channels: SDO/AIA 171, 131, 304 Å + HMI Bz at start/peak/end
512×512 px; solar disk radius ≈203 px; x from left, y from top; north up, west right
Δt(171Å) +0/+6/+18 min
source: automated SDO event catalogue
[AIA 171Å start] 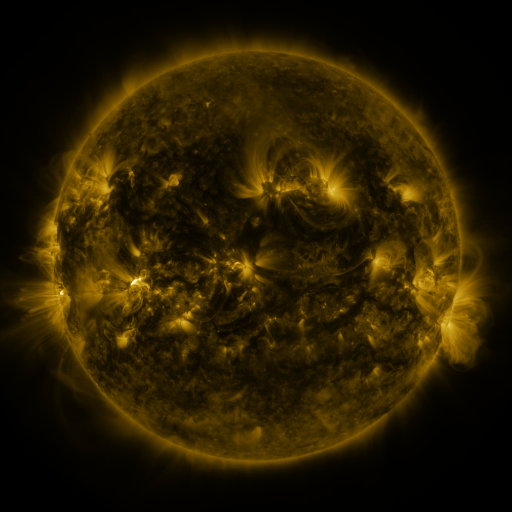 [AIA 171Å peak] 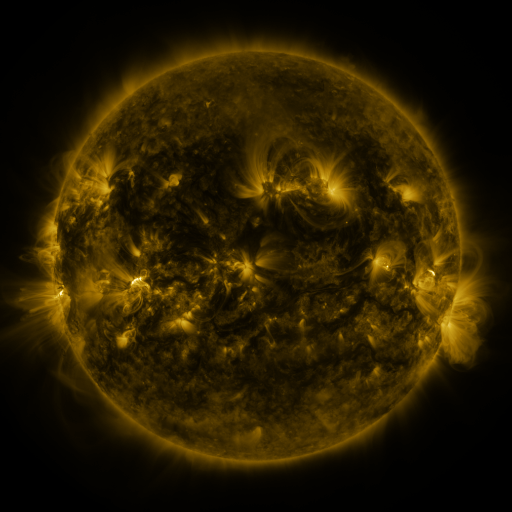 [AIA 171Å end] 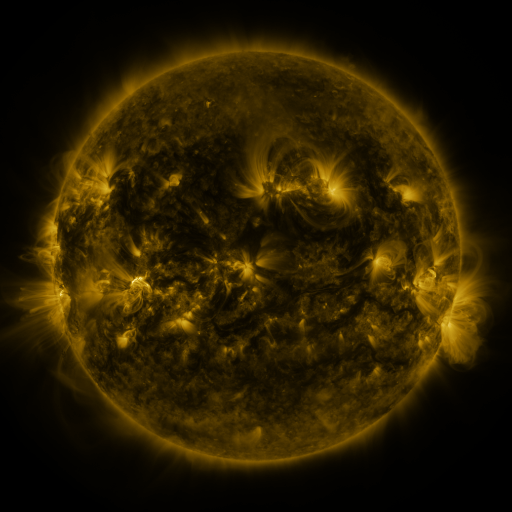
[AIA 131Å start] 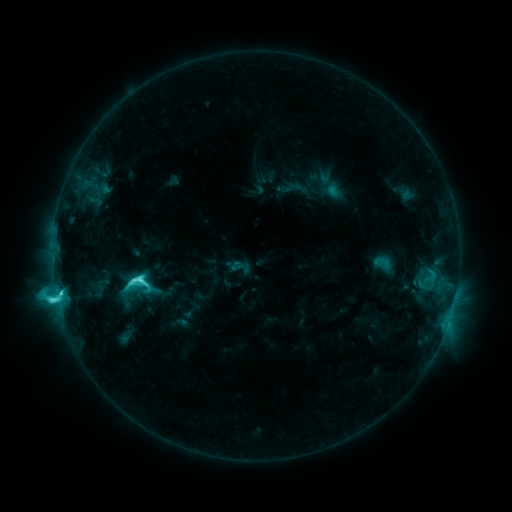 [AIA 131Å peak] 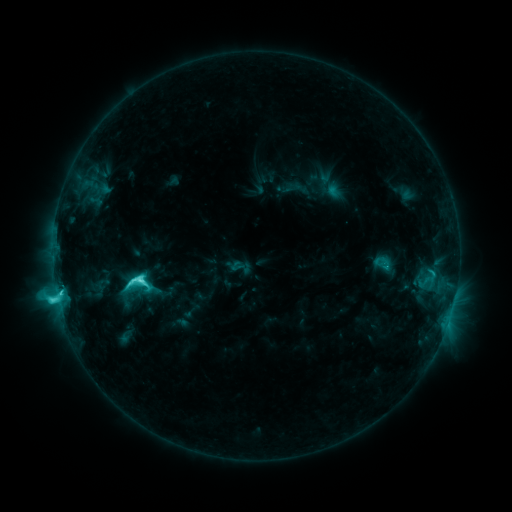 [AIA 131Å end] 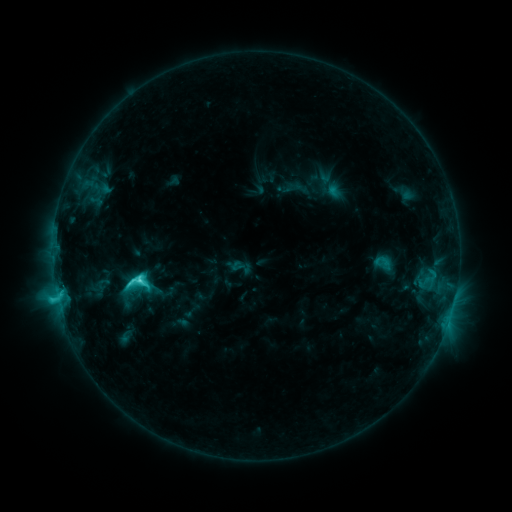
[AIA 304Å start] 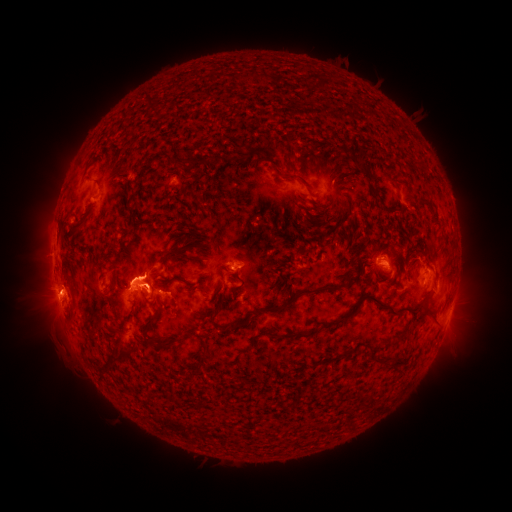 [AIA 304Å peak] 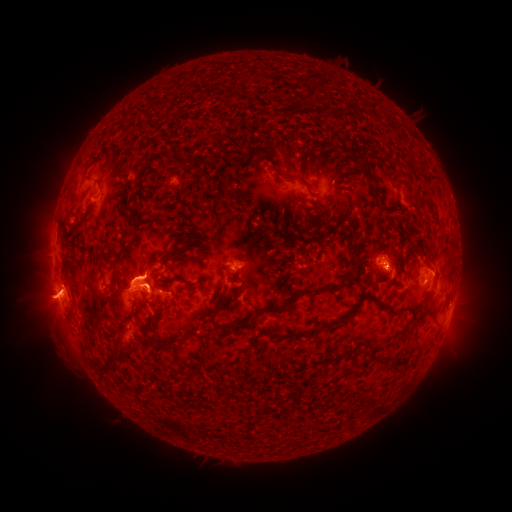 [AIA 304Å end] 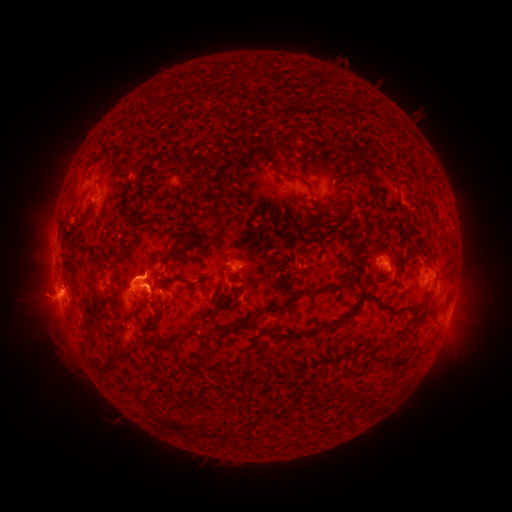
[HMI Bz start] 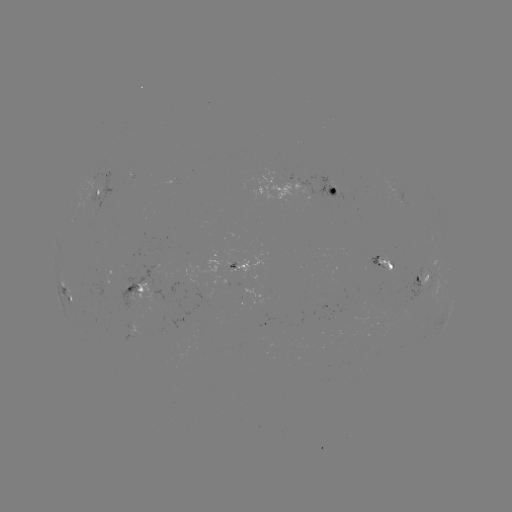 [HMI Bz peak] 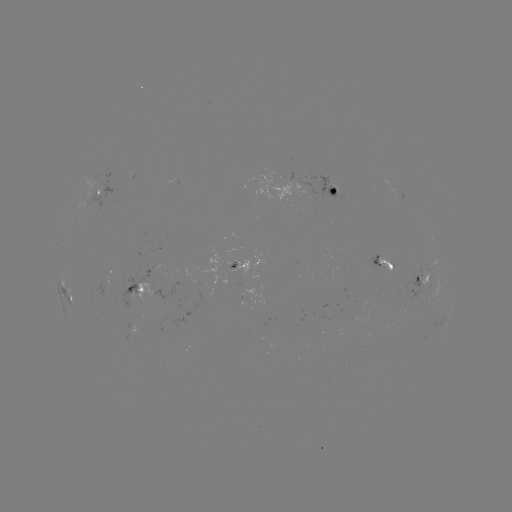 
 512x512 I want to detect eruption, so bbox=[12, 271, 71, 331].